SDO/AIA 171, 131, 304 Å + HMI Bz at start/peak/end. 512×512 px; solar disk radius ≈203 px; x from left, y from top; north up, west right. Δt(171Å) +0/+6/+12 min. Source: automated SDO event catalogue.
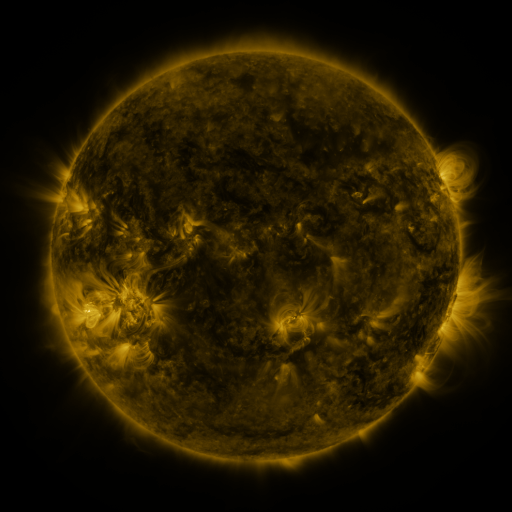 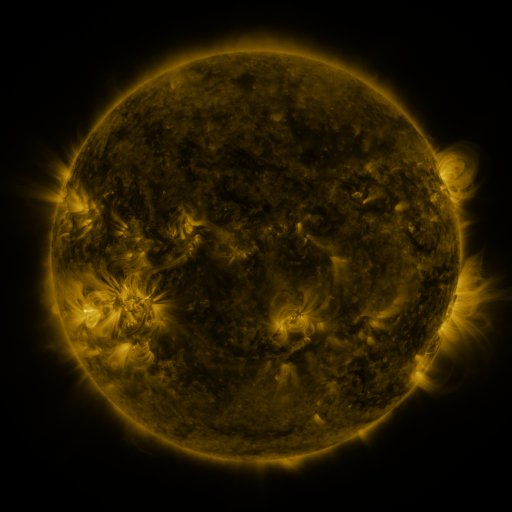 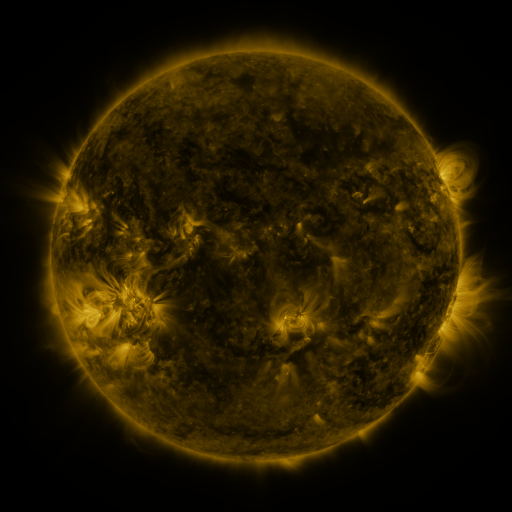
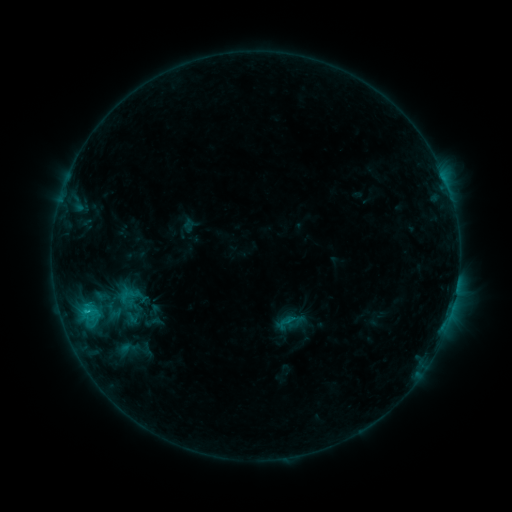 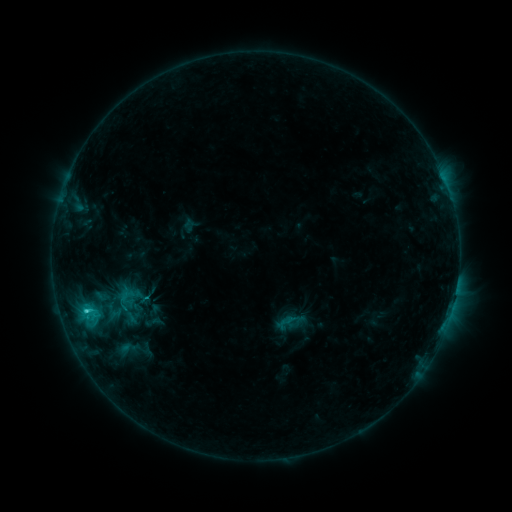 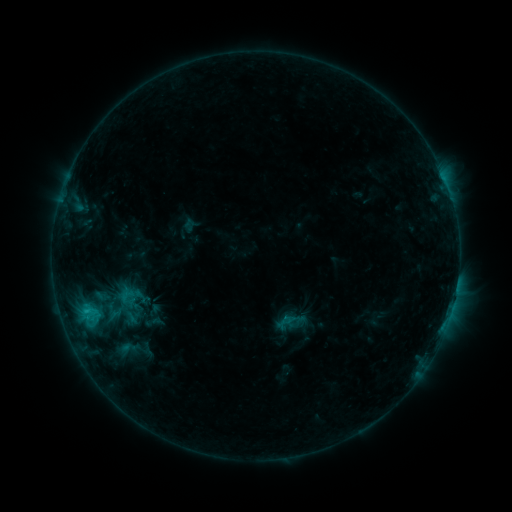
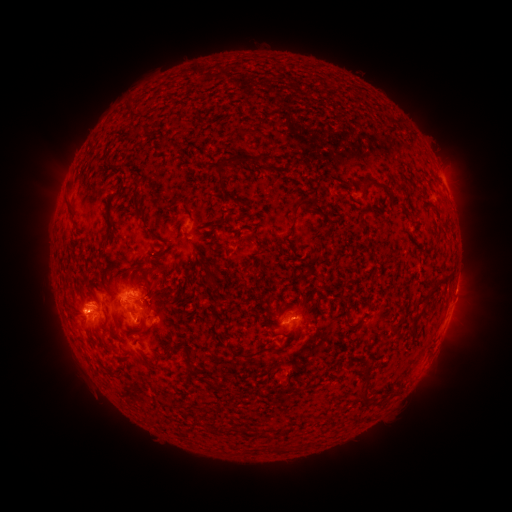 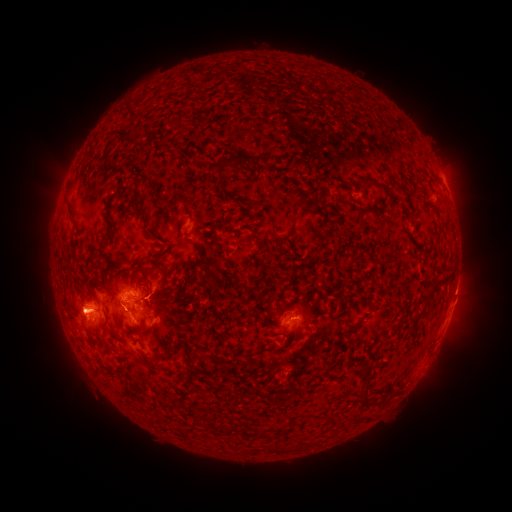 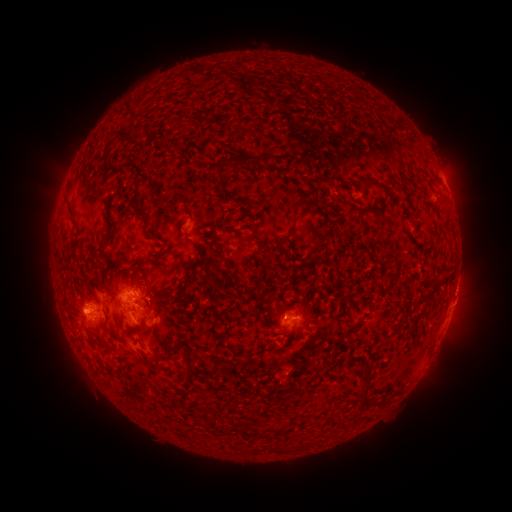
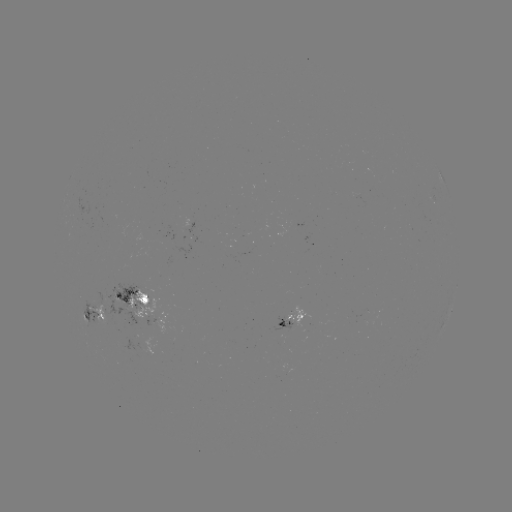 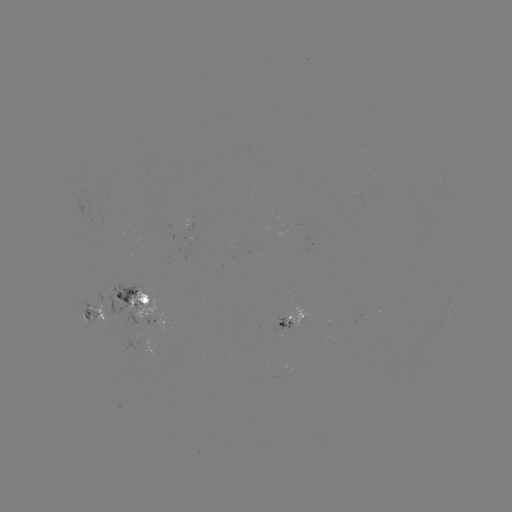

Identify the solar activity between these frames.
eruption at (162, 288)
